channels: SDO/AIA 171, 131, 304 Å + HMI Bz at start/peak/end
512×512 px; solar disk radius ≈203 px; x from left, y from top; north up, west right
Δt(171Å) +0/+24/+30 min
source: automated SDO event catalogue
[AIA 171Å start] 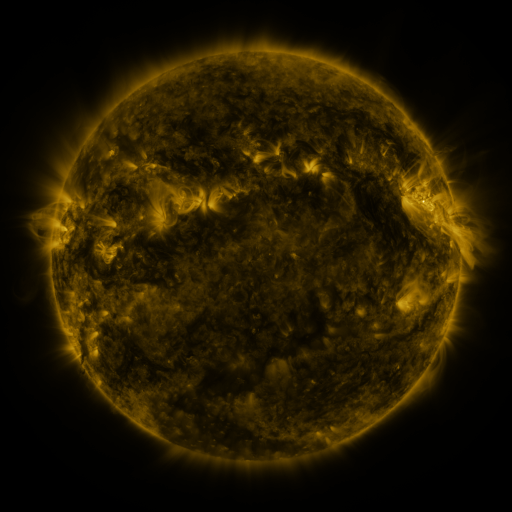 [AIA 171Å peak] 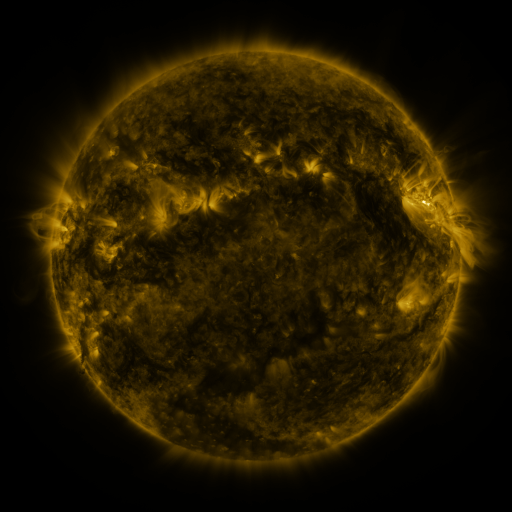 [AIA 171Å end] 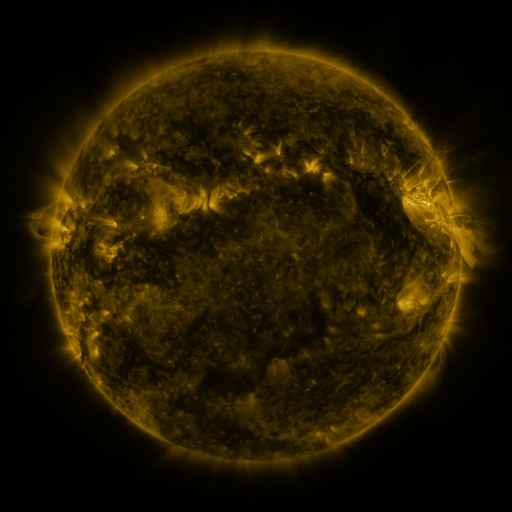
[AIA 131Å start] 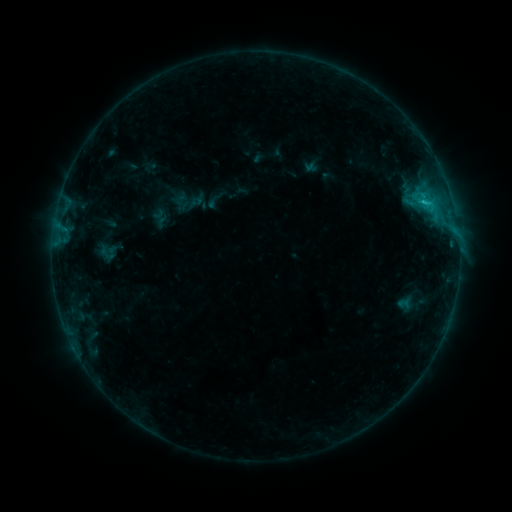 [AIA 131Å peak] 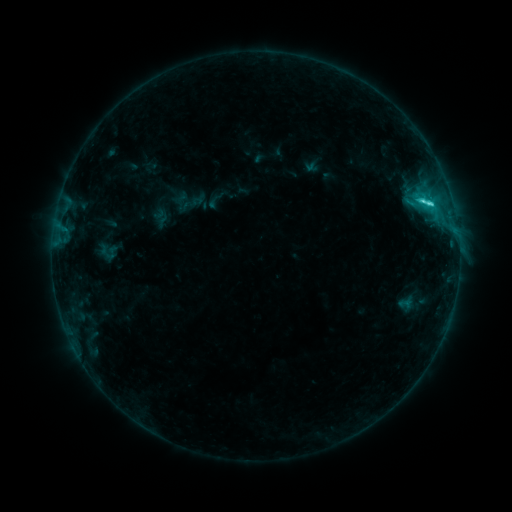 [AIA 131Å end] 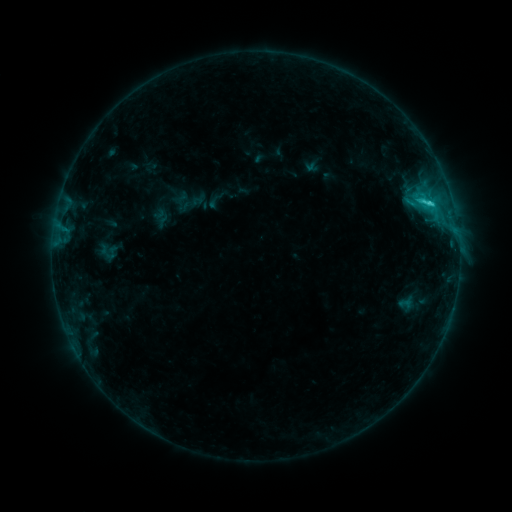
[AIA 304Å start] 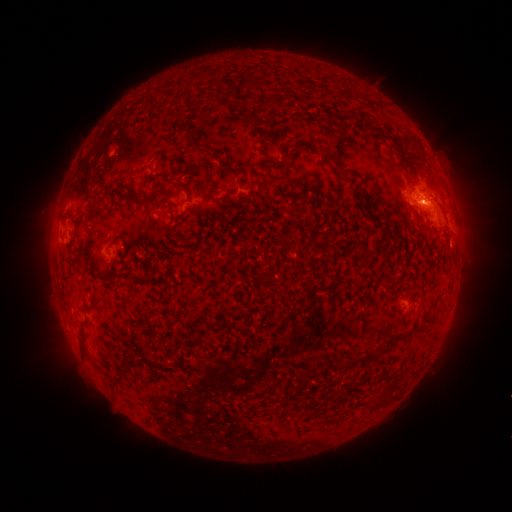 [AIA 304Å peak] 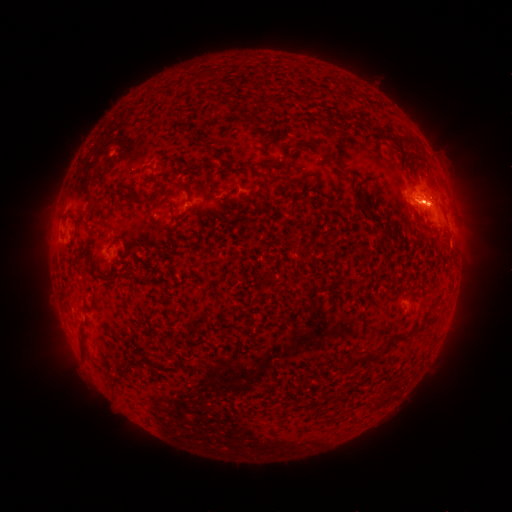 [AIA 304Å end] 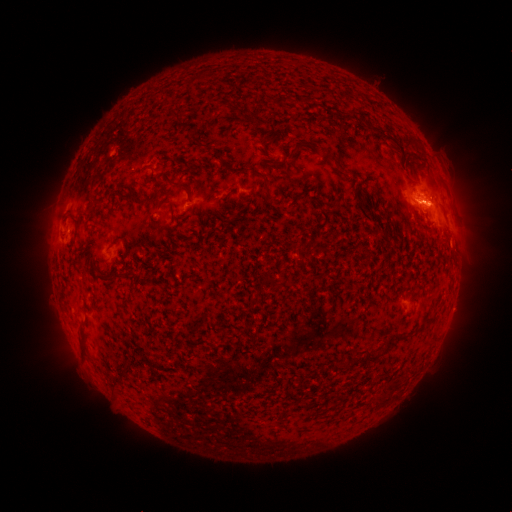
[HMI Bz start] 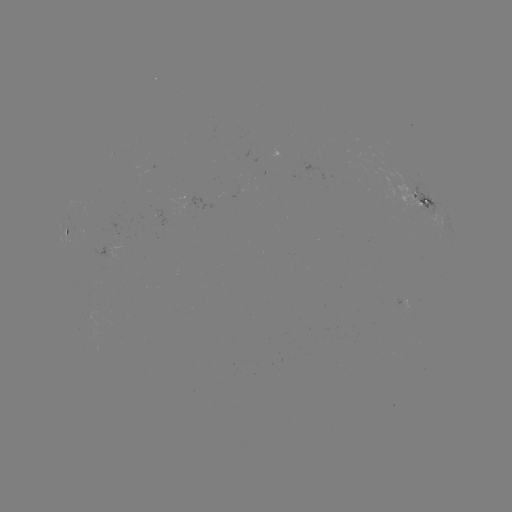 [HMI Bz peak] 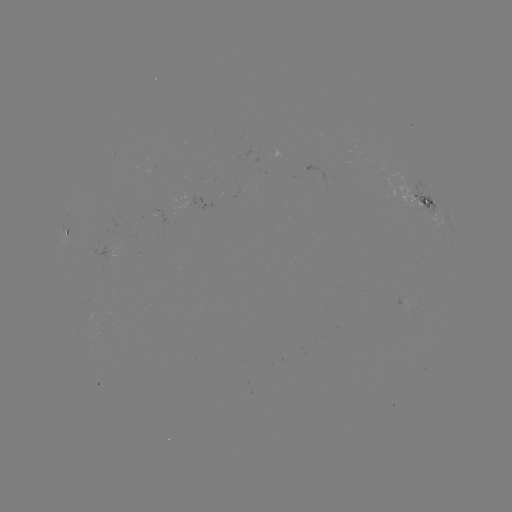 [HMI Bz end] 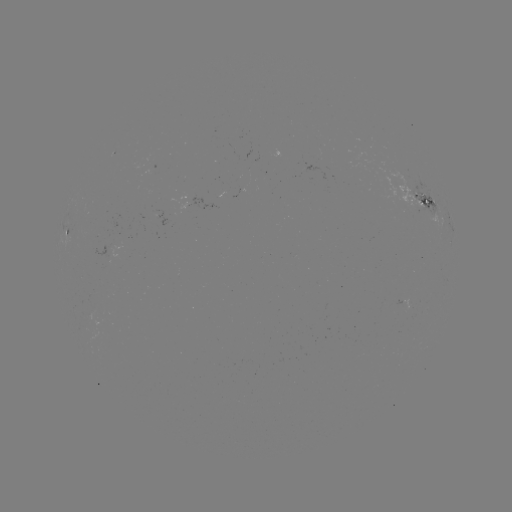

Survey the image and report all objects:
C3.3 flare: (429, 205)
